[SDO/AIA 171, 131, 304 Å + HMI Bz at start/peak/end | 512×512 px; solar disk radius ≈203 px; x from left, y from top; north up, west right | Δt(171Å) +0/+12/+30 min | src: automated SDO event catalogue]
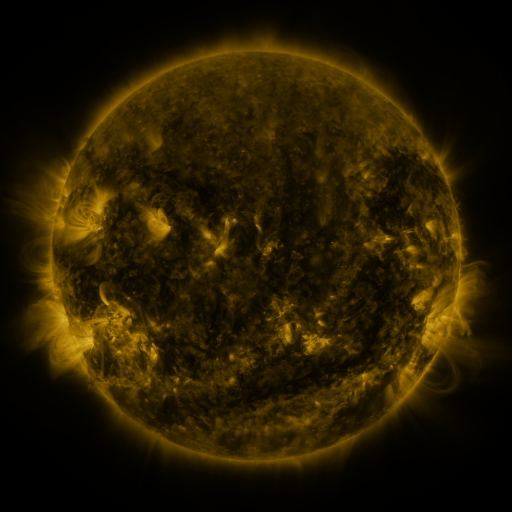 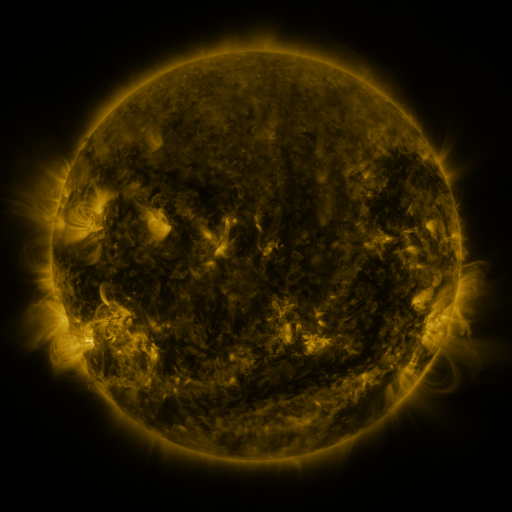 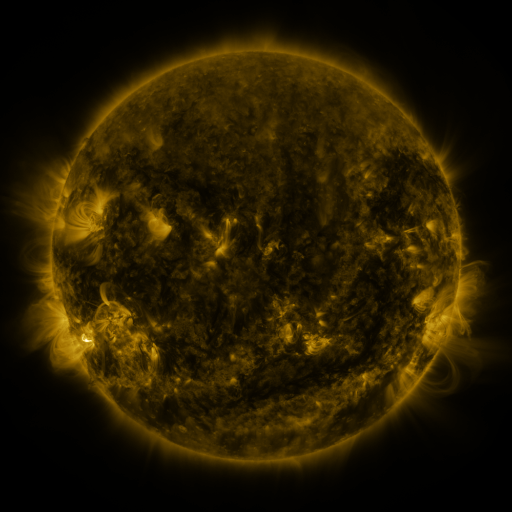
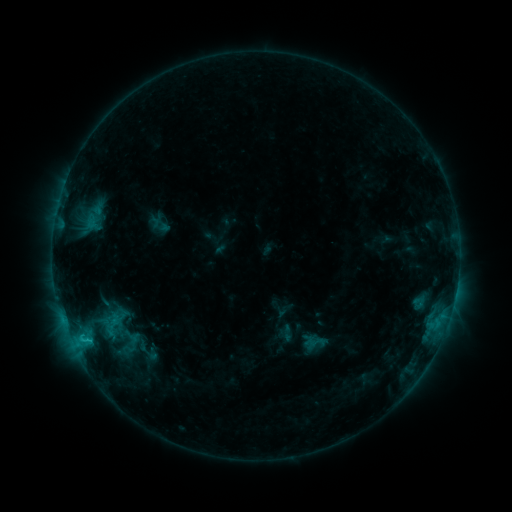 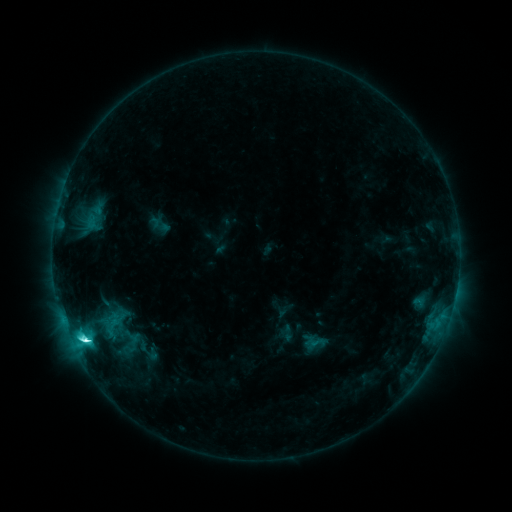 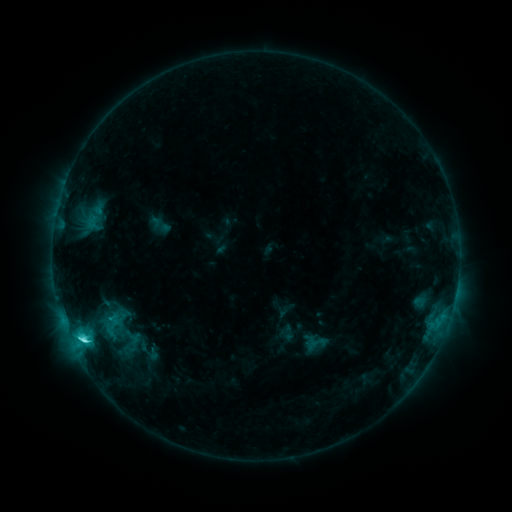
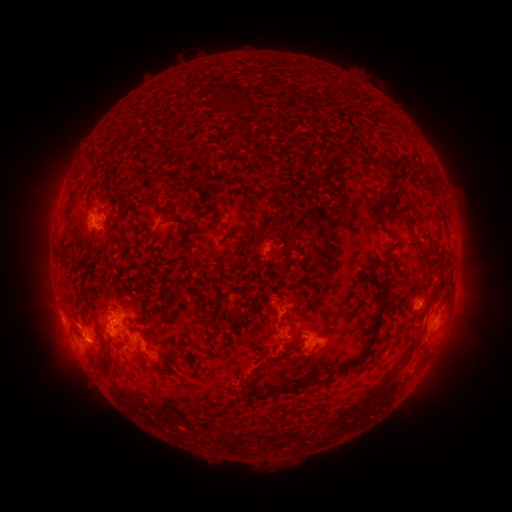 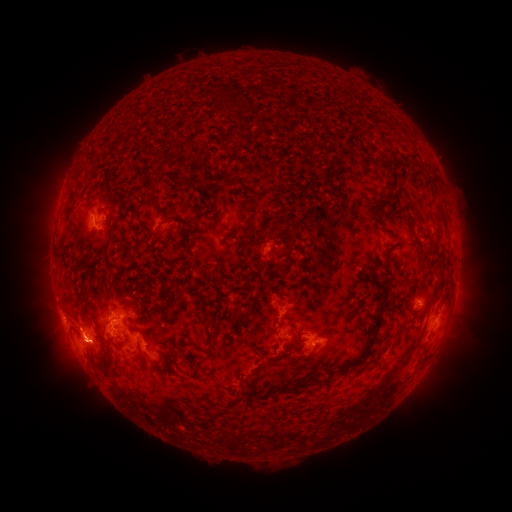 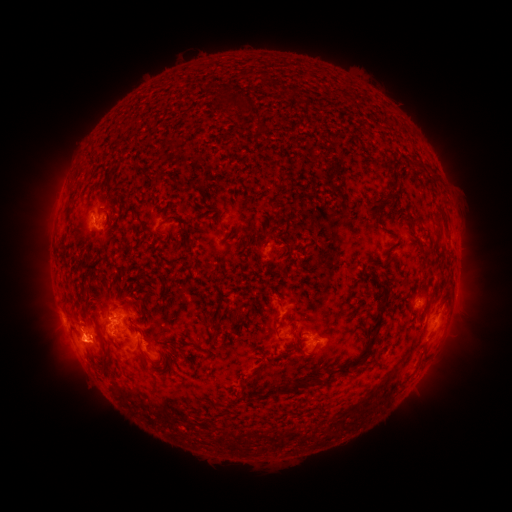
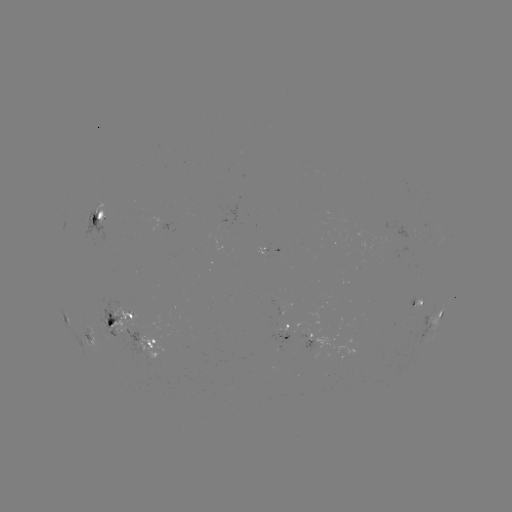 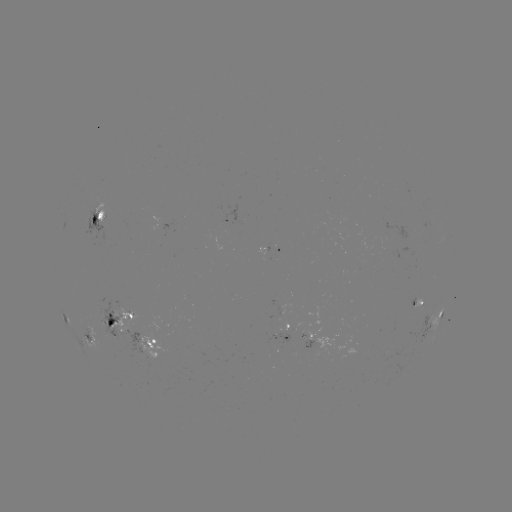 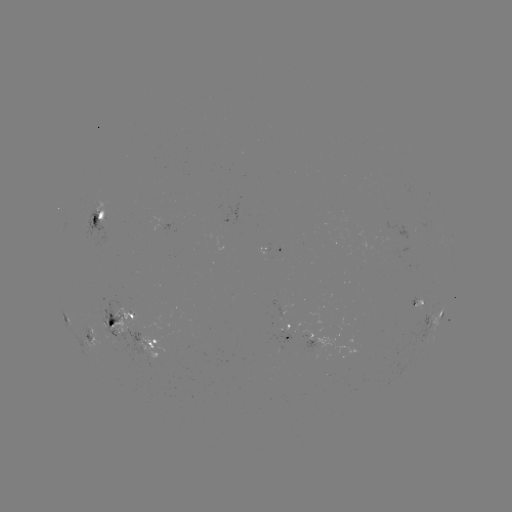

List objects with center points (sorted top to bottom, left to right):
C7.5 flare: (86, 339)
